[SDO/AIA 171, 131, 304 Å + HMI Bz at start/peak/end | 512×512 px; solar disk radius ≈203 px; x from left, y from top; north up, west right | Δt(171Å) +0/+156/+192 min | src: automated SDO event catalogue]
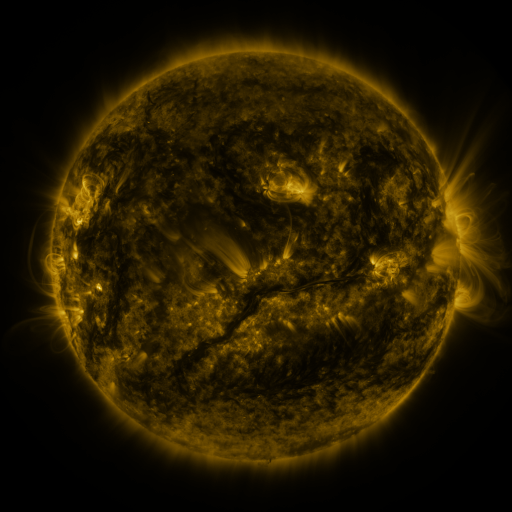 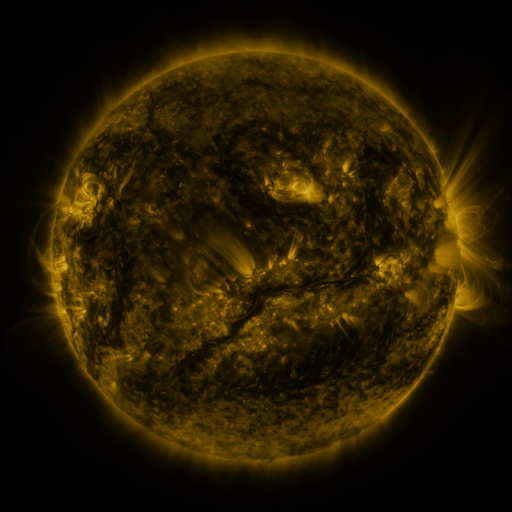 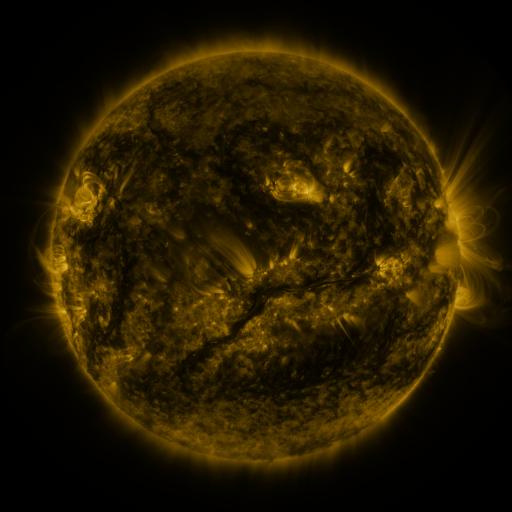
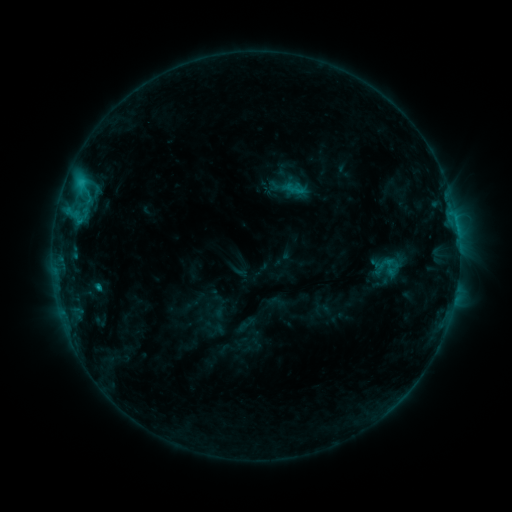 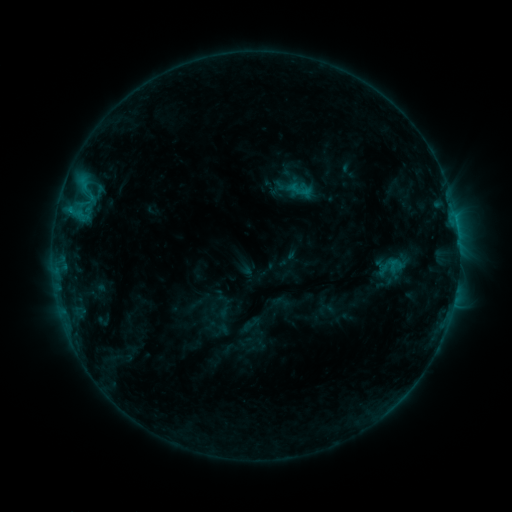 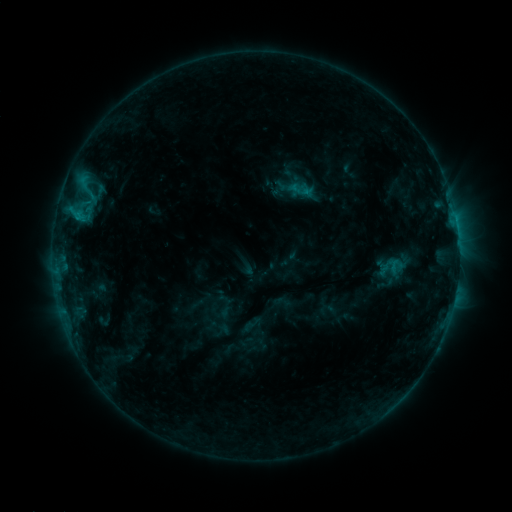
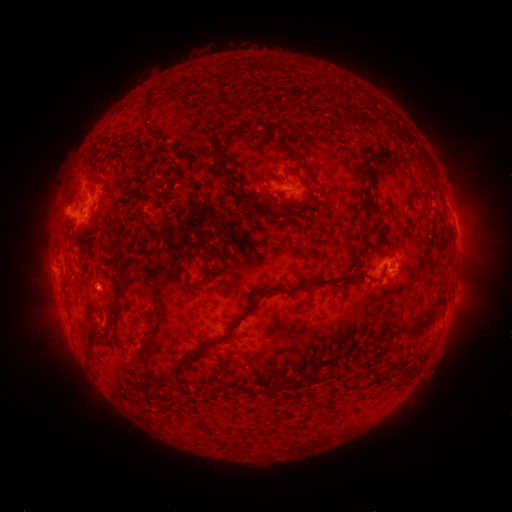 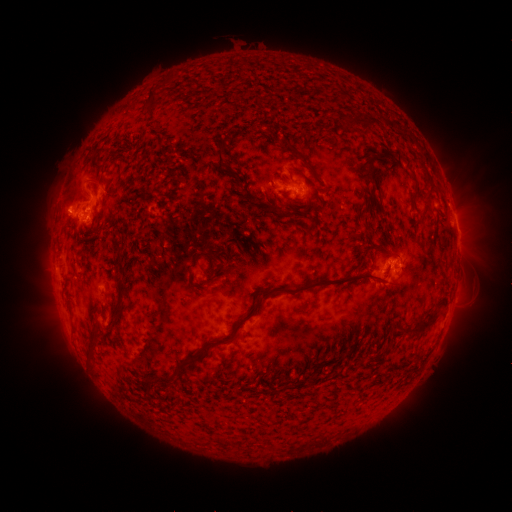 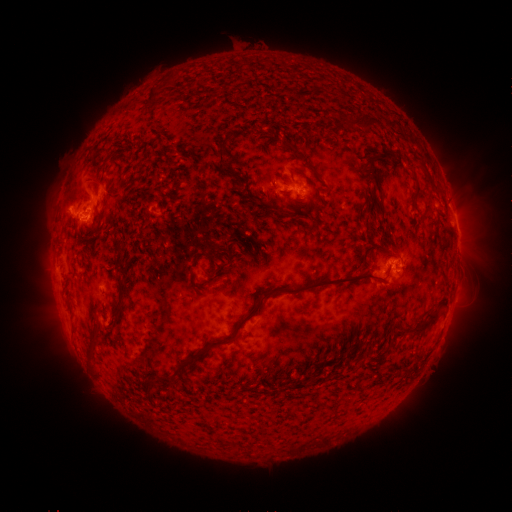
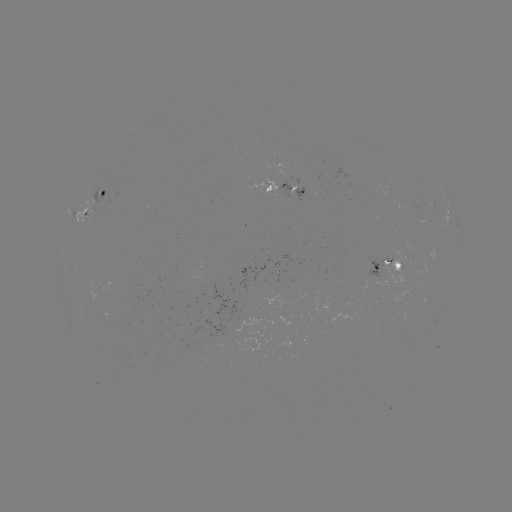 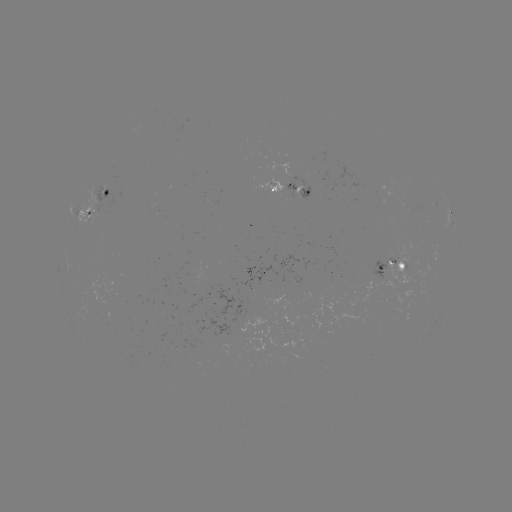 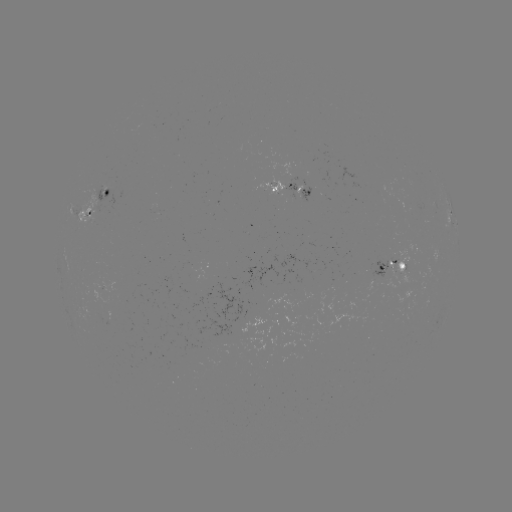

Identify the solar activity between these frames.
emerging-flux region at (273, 186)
